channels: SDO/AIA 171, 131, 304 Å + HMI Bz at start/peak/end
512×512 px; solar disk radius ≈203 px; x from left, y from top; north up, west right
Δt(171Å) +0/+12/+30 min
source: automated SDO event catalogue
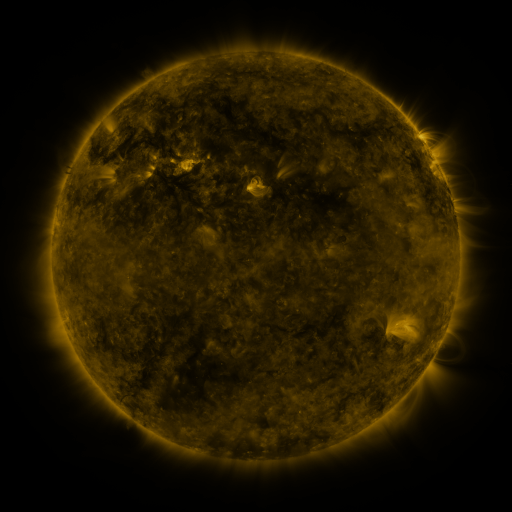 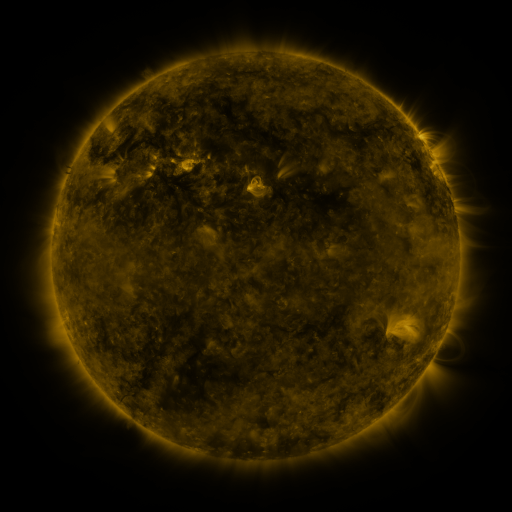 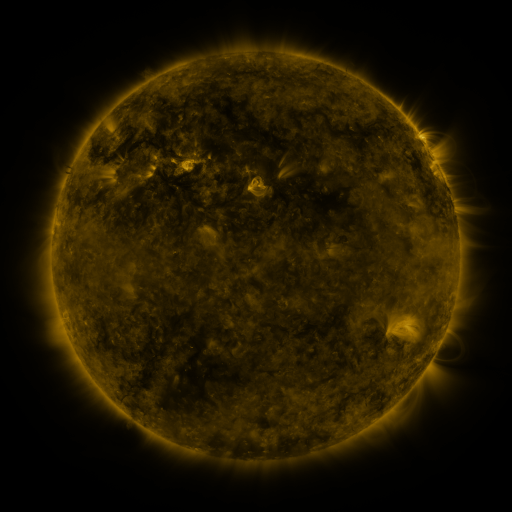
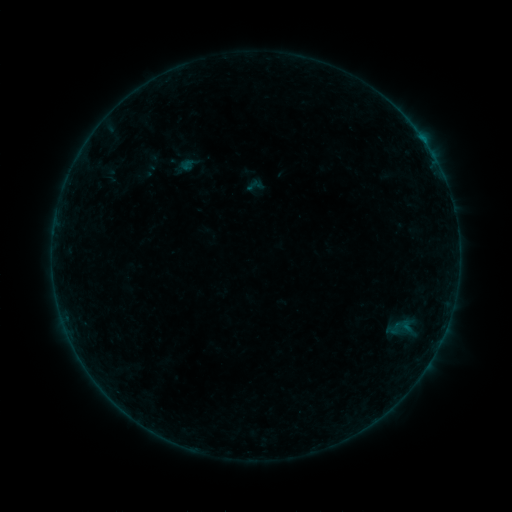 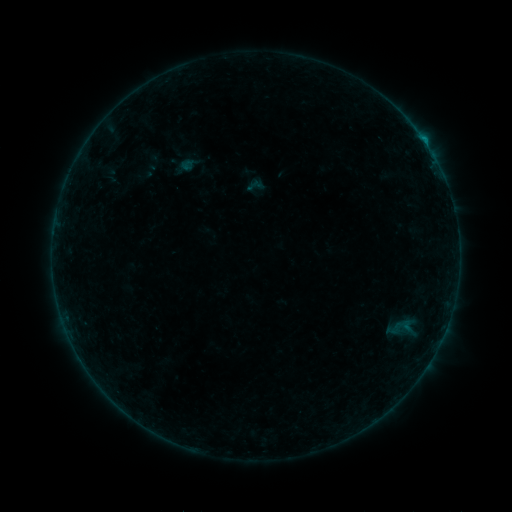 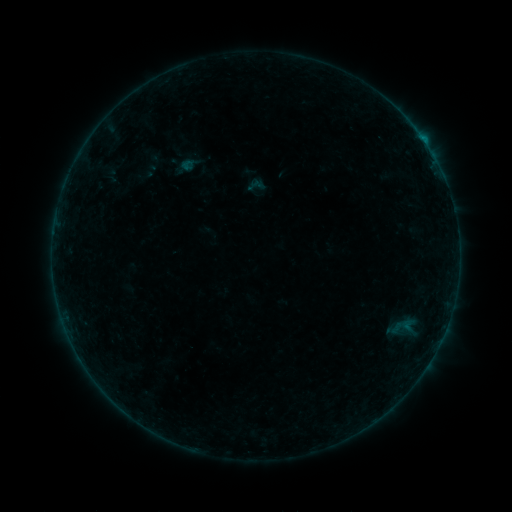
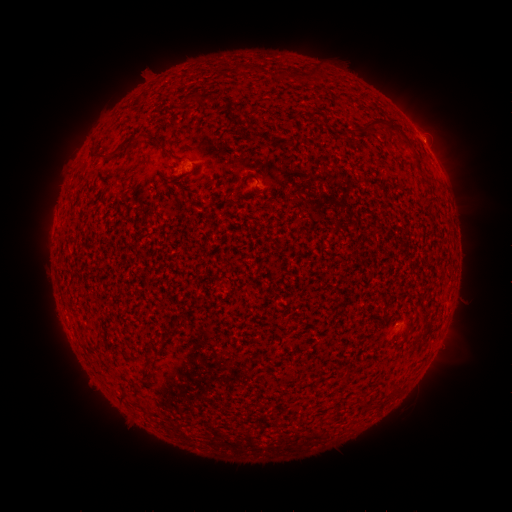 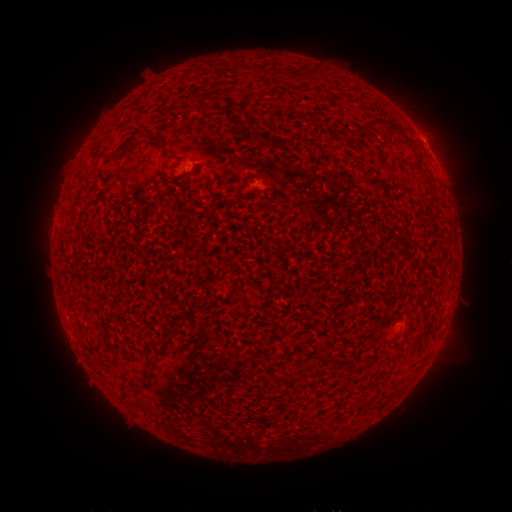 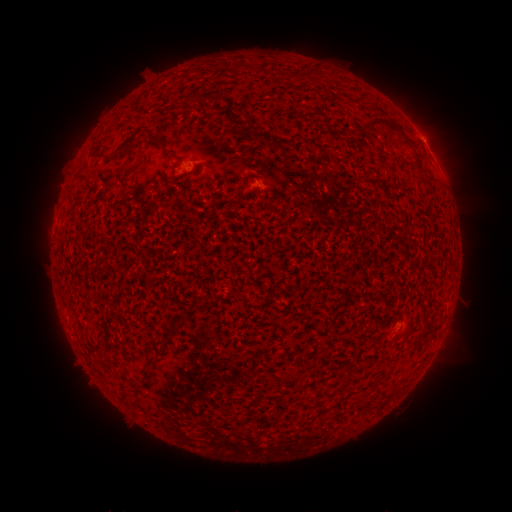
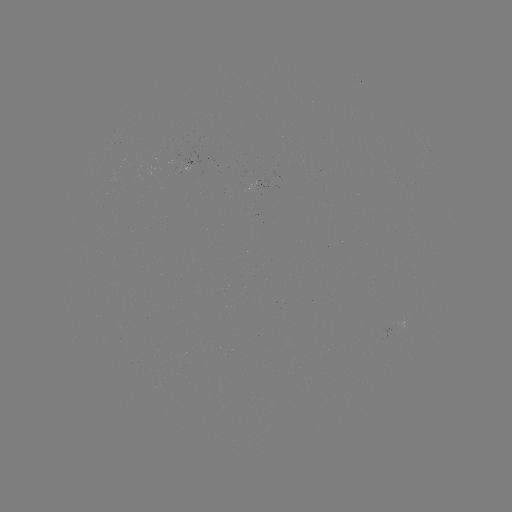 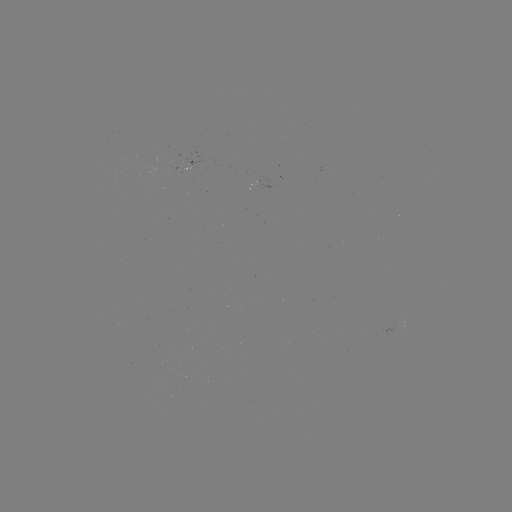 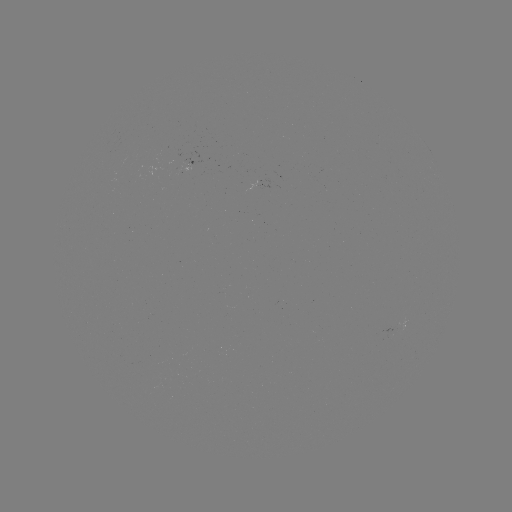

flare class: B2.2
